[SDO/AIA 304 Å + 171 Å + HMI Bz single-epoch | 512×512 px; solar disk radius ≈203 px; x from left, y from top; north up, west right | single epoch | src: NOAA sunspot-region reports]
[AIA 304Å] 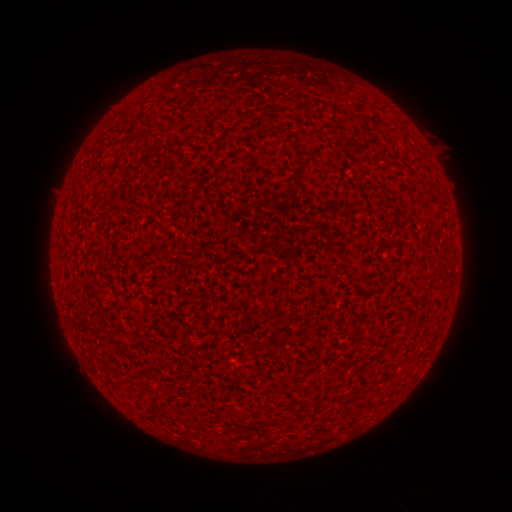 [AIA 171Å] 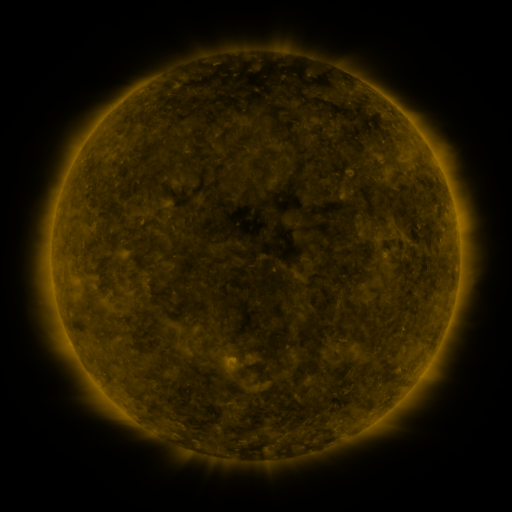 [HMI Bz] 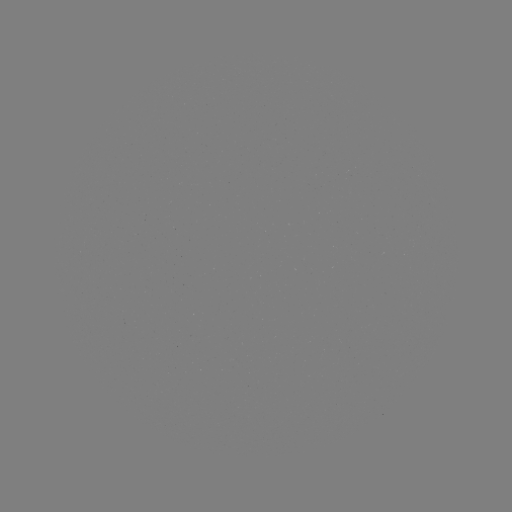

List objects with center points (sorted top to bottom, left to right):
(none)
